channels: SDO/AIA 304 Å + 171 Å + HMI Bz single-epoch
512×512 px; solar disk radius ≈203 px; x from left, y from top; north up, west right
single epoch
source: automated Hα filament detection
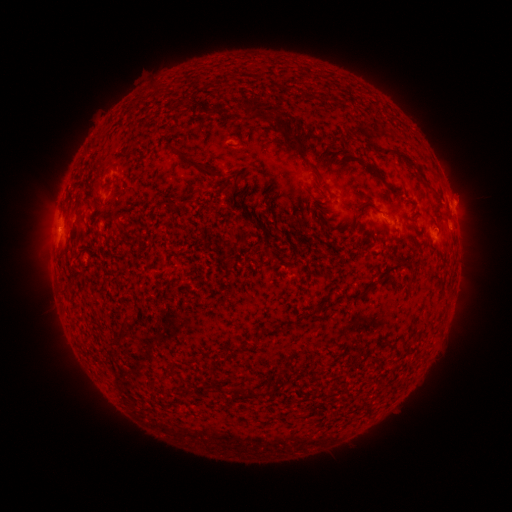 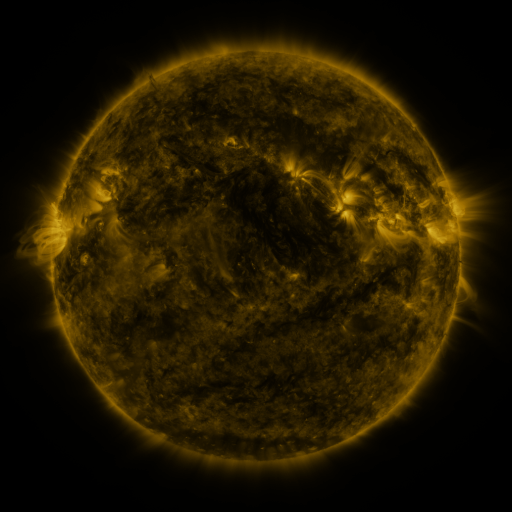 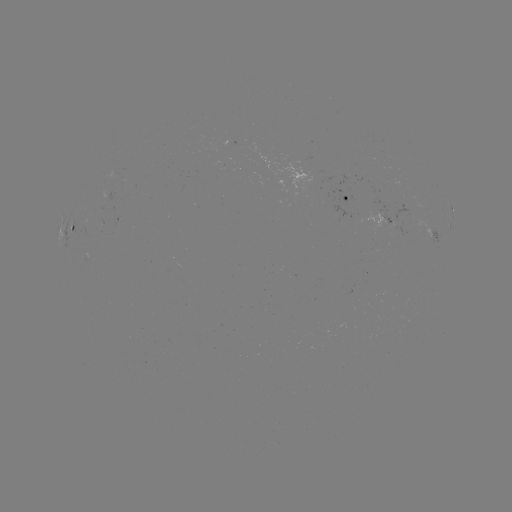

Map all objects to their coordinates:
filament: [301, 89, 316, 101]
filament: [240, 96, 281, 129]
filament: [209, 103, 225, 115]
filament: [283, 134, 324, 187]
filament: [371, 143, 415, 167]
filament: [175, 151, 218, 178]
filament: [103, 163, 115, 175]
filament: [178, 200, 189, 208]
filament: [357, 202, 368, 214]
filament: [367, 281, 377, 291]
filament: [108, 314, 131, 348]
filament: [233, 384, 275, 398]
